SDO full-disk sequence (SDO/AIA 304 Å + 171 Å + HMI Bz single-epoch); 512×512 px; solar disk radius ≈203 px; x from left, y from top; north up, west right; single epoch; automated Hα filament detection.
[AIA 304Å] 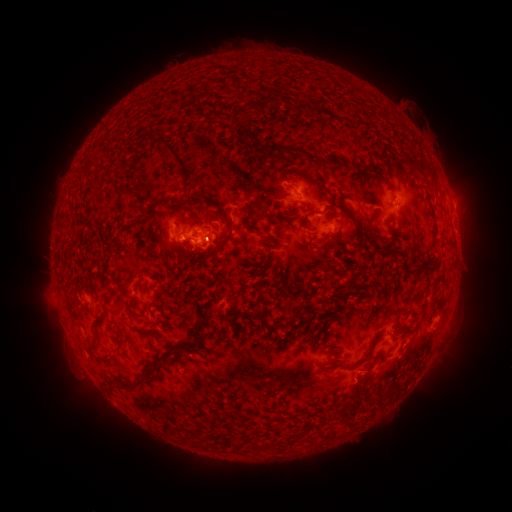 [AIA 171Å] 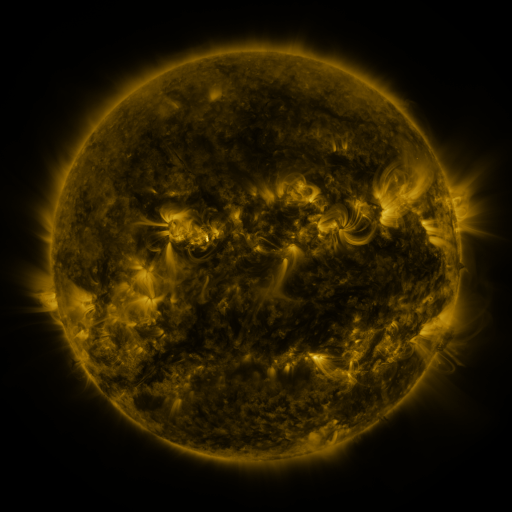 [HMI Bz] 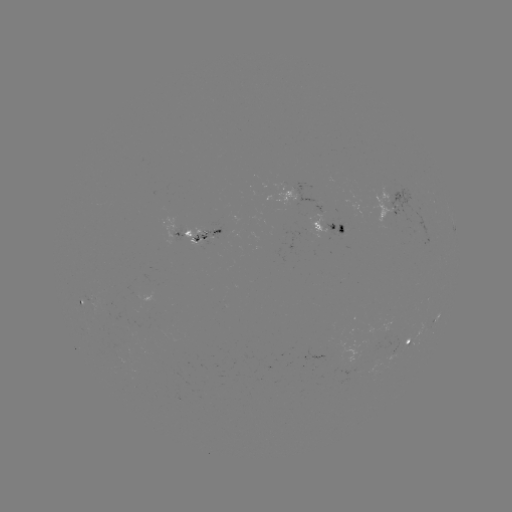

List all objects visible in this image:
filament: (256, 106)
filament: (242, 135)
filament: (284, 149)
filament: (322, 160)
filament: (179, 163)
filament: (354, 164)
filament: (319, 184)
filament: (177, 204)
filament: (305, 216)
filament: (227, 222)
filament: (357, 224)
filament: (279, 232)
filament: (323, 241)
filament: (268, 243)
filament: (411, 254)
filament: (165, 257)
filament: (423, 265)
filament: (352, 282)
filament: (329, 285)
filament: (138, 317)
filament: (102, 318)
filament: (200, 329)
filament: (120, 341)
filament: (95, 345)
filament: (182, 347)
filament: (110, 361)
filament: (370, 365)
filament: (147, 377)
filament: (240, 446)
